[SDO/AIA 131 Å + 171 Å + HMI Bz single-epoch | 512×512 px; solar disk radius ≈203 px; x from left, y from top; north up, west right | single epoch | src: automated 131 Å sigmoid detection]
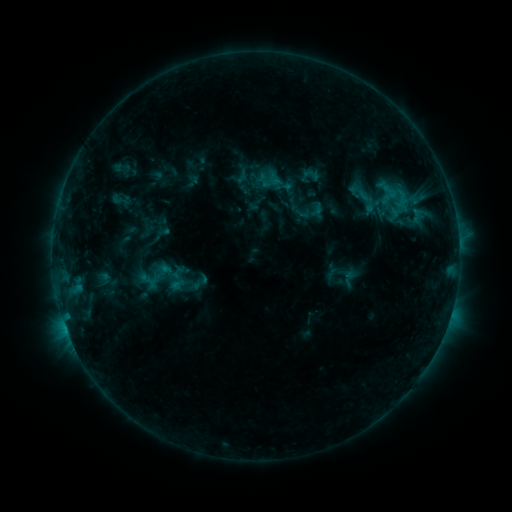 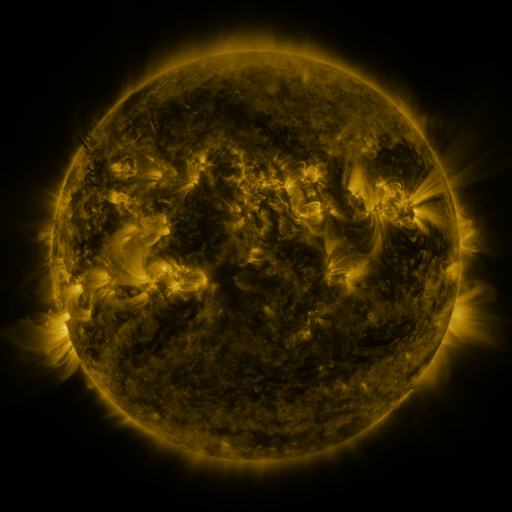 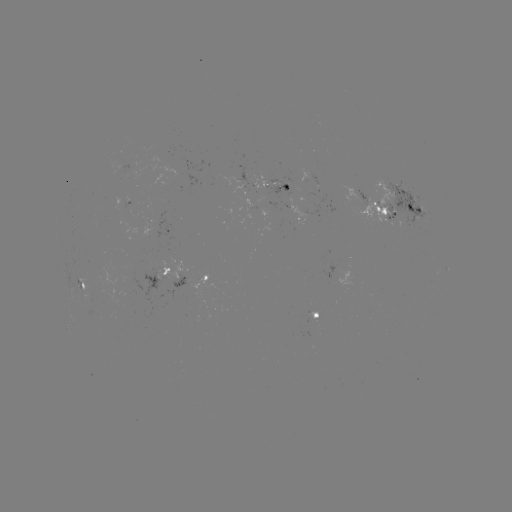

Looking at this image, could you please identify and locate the sigmoid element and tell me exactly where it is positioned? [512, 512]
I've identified sigmoid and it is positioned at [365, 198].